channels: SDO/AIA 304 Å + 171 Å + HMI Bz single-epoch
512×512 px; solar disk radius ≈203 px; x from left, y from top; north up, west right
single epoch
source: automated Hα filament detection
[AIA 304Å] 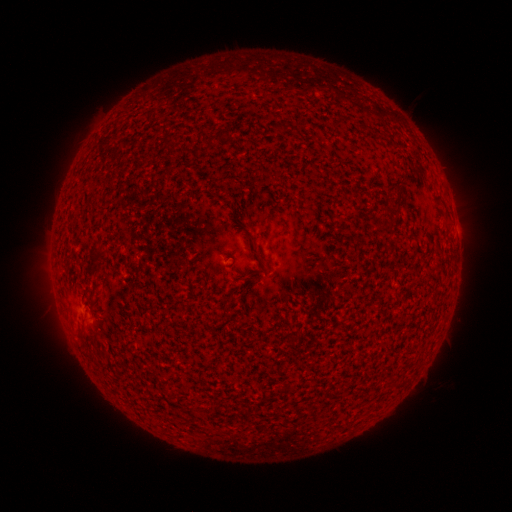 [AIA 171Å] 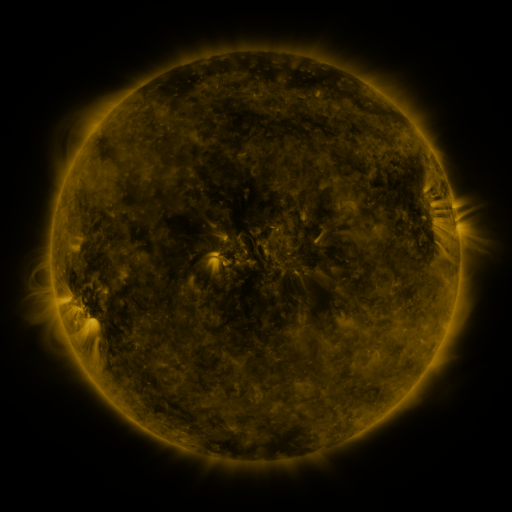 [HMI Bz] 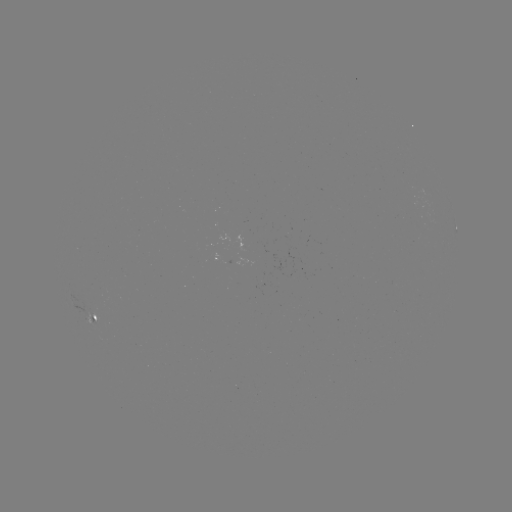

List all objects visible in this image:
filament: [251, 245, 259, 255]
filament: [90, 310, 97, 320]
